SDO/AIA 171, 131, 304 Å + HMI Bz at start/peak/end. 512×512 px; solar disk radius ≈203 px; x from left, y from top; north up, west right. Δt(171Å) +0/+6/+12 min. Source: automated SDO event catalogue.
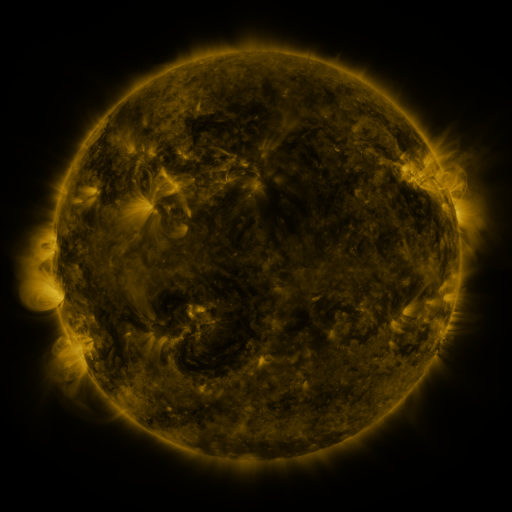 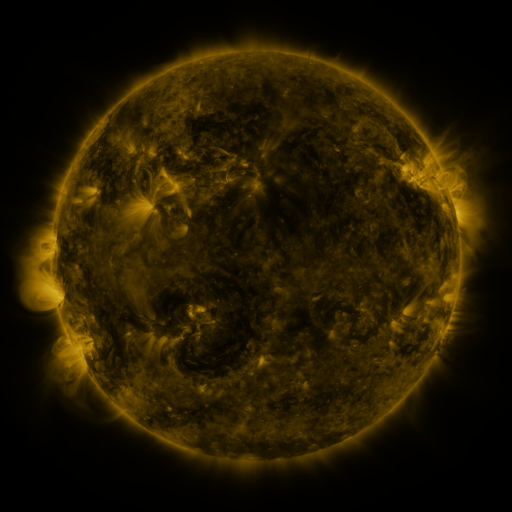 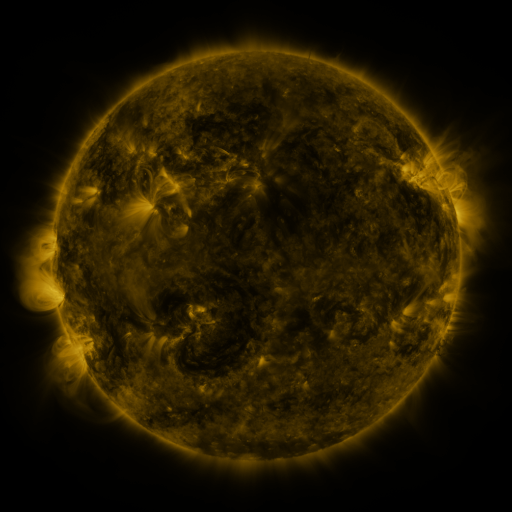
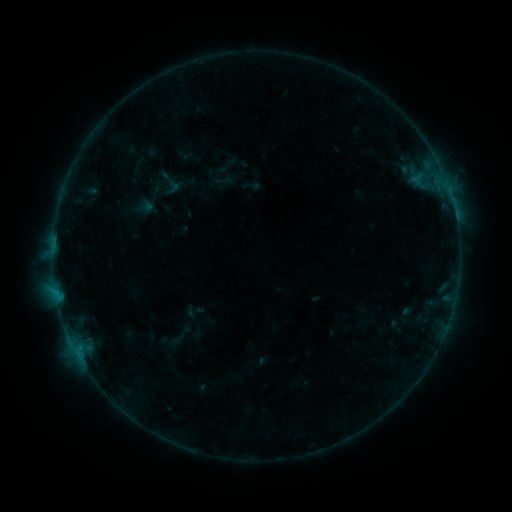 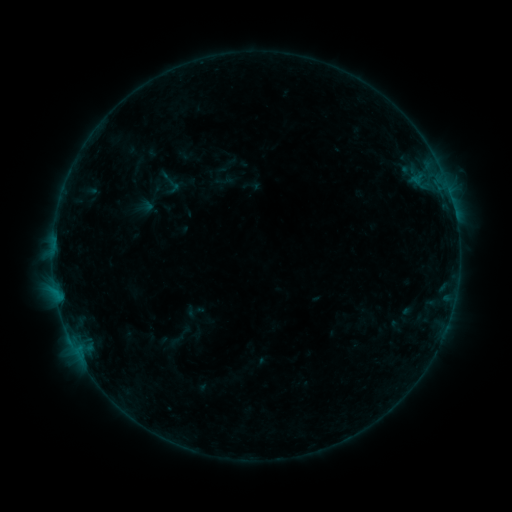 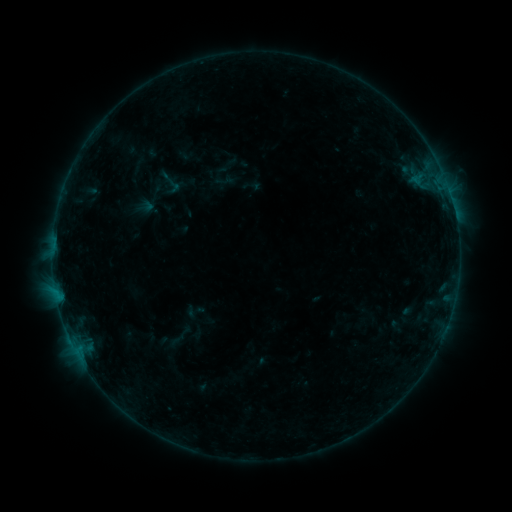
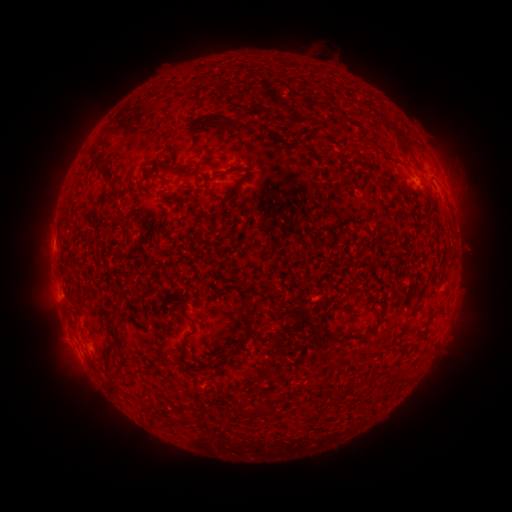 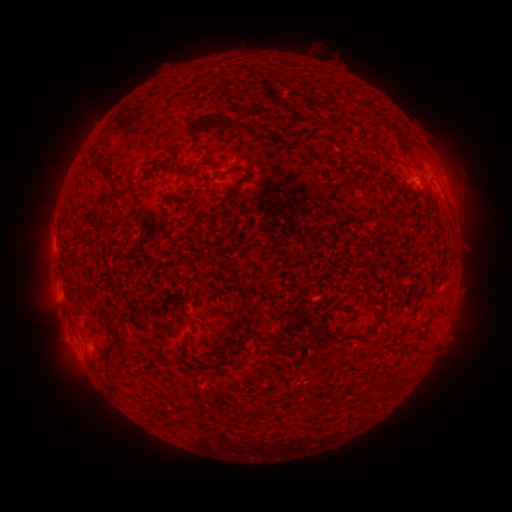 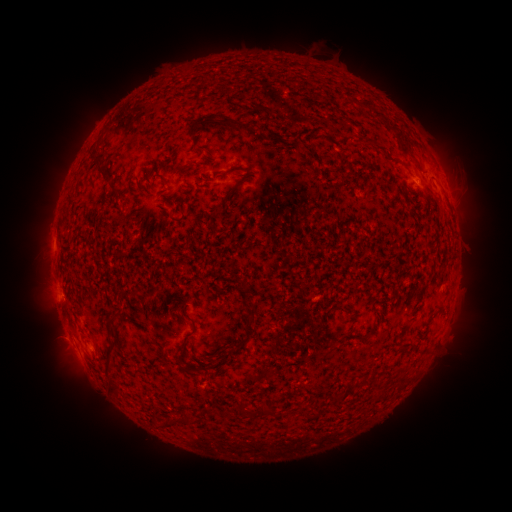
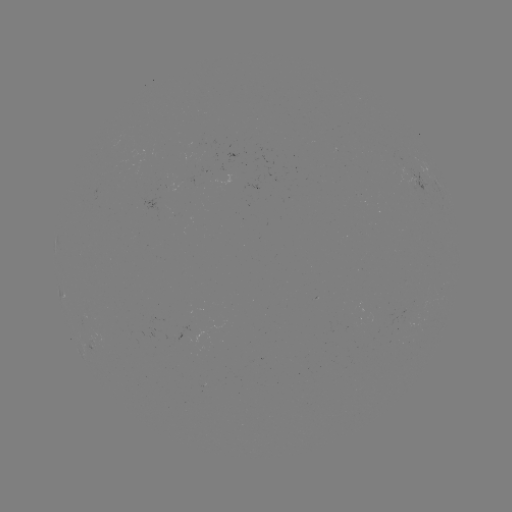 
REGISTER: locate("B2.1 flare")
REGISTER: (69, 333)